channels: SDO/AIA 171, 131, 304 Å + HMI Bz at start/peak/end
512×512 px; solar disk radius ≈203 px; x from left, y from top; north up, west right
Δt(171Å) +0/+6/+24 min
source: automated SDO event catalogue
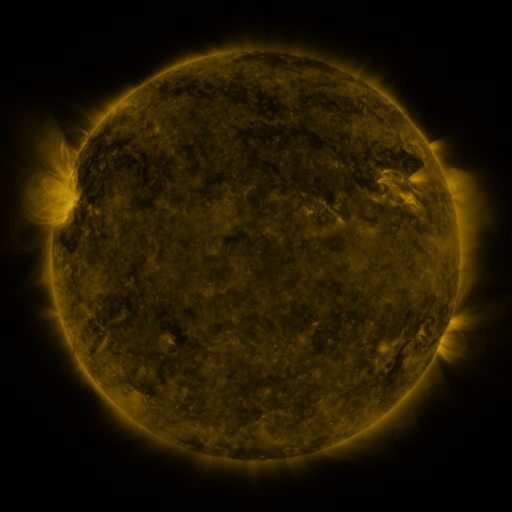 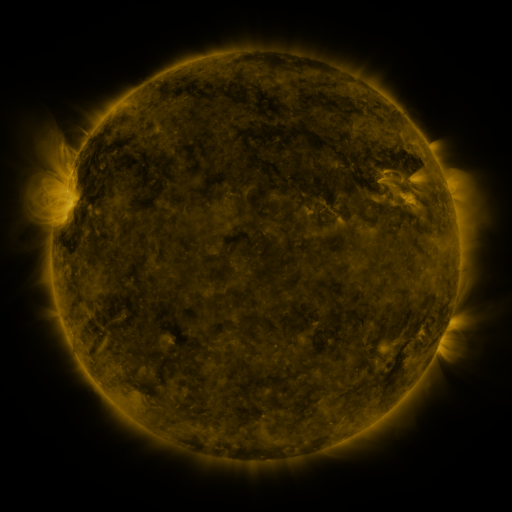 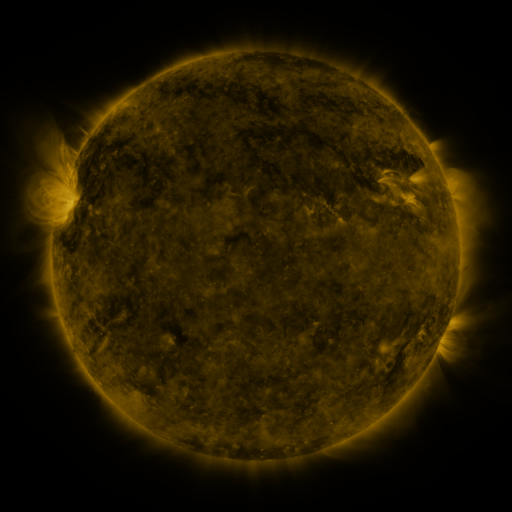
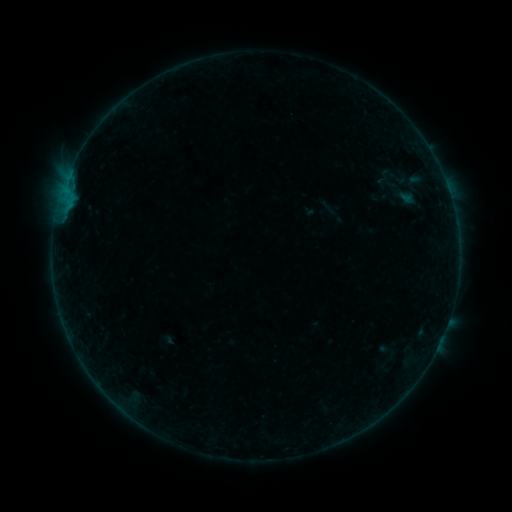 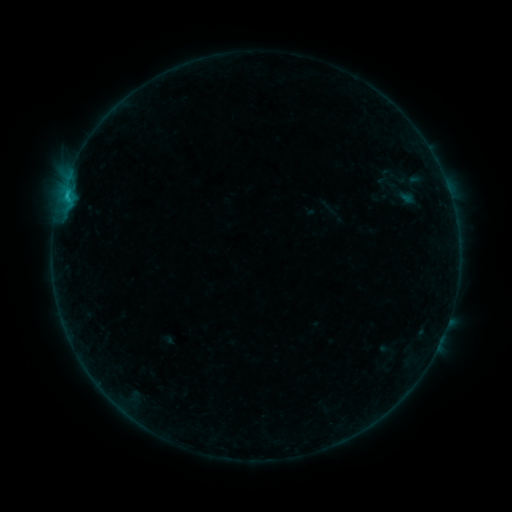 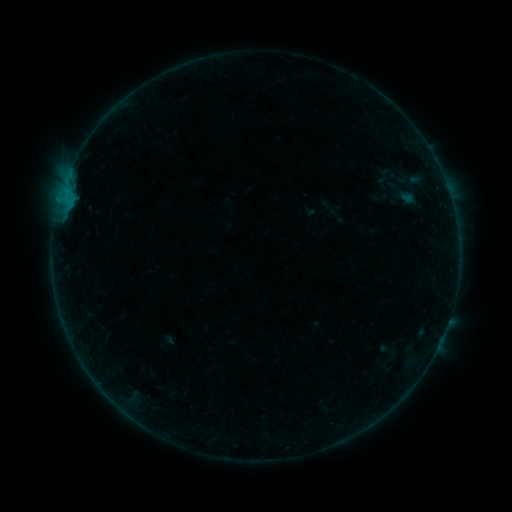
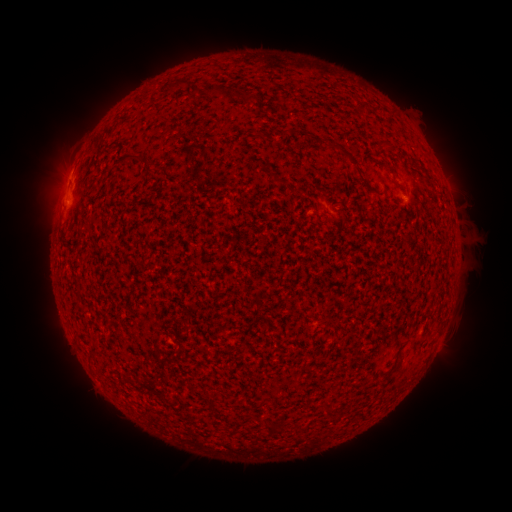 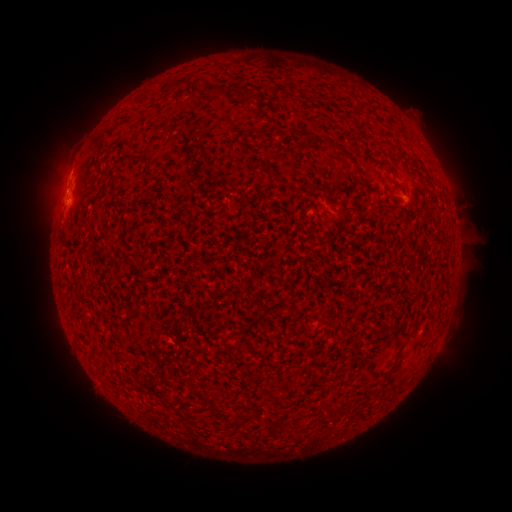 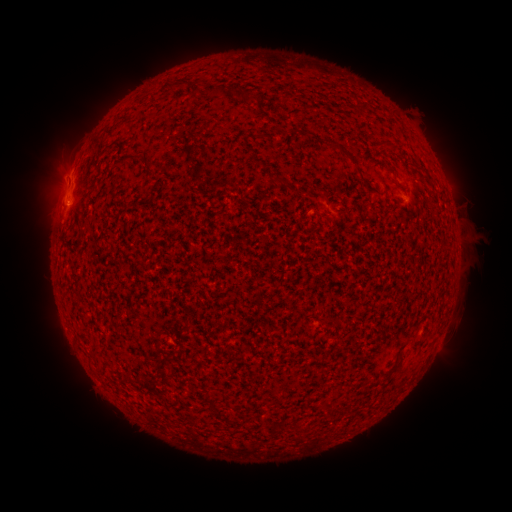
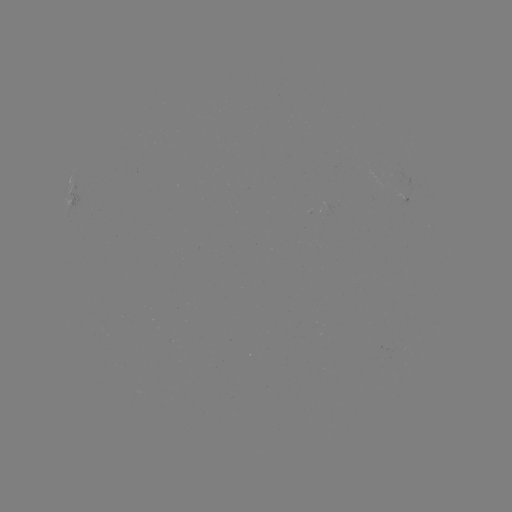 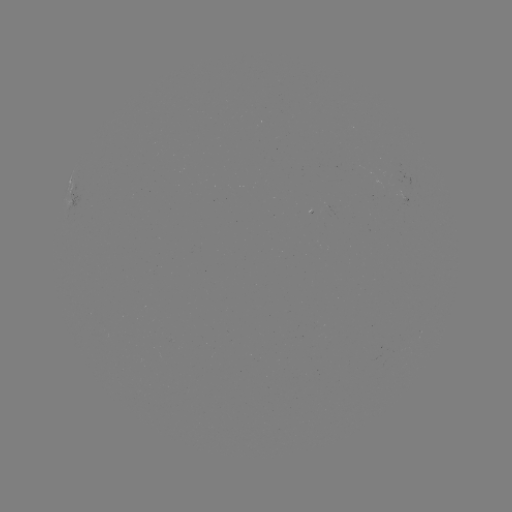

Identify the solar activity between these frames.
B5.3 flare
